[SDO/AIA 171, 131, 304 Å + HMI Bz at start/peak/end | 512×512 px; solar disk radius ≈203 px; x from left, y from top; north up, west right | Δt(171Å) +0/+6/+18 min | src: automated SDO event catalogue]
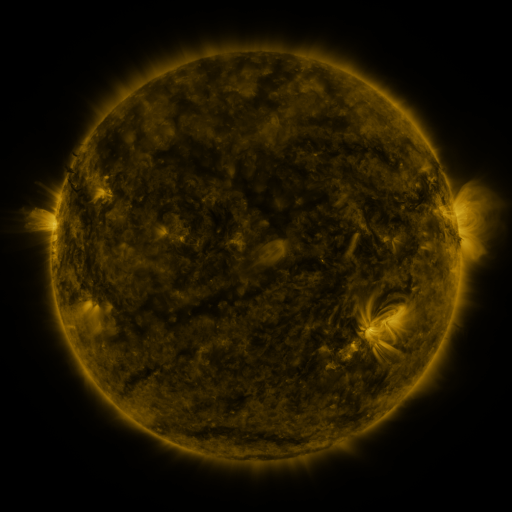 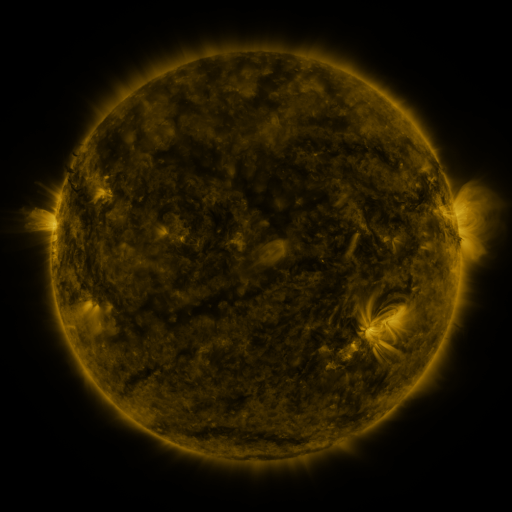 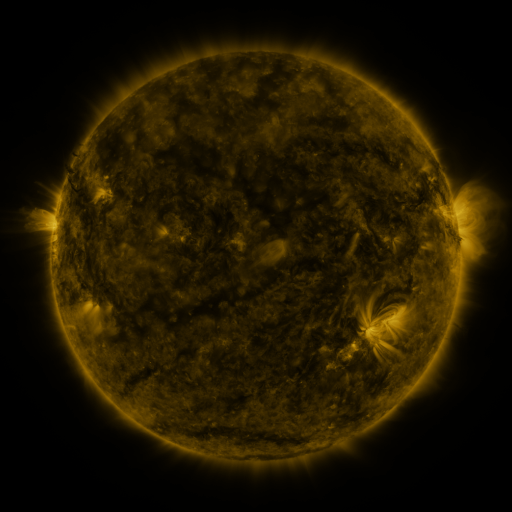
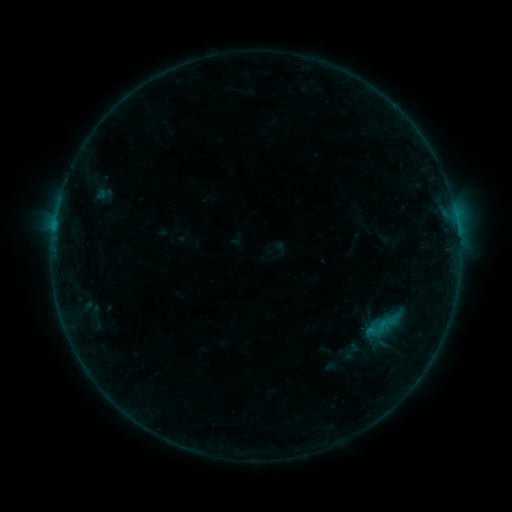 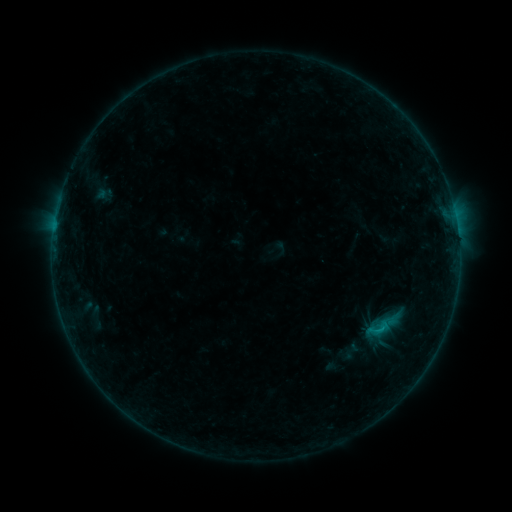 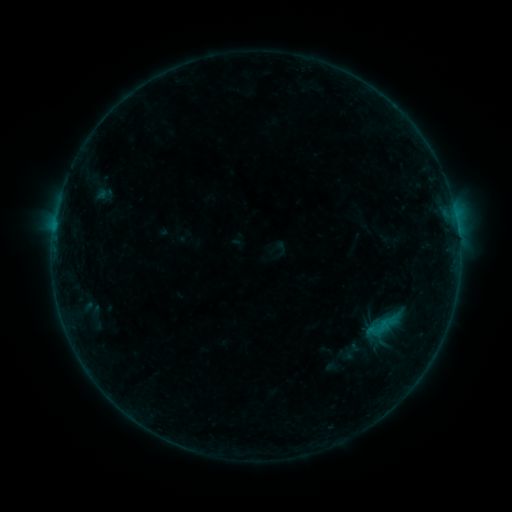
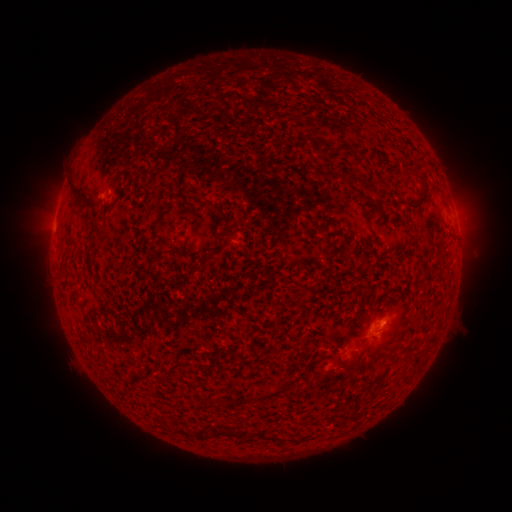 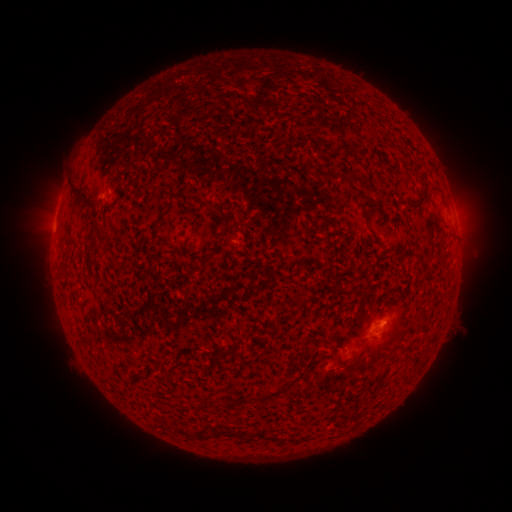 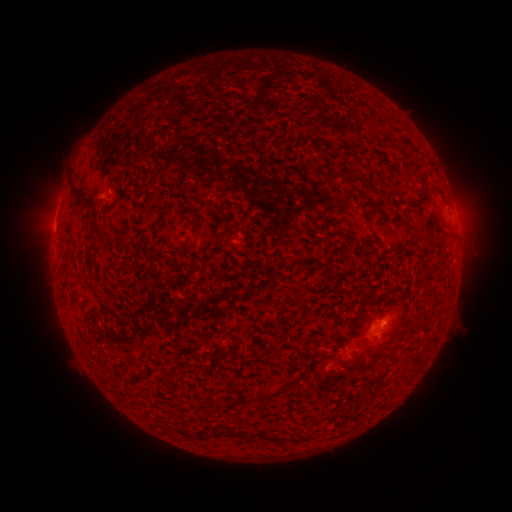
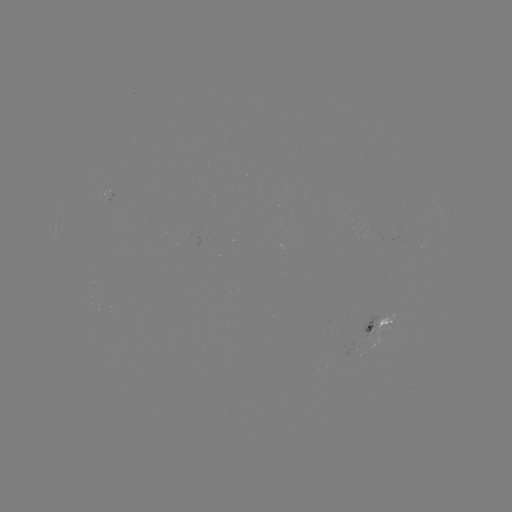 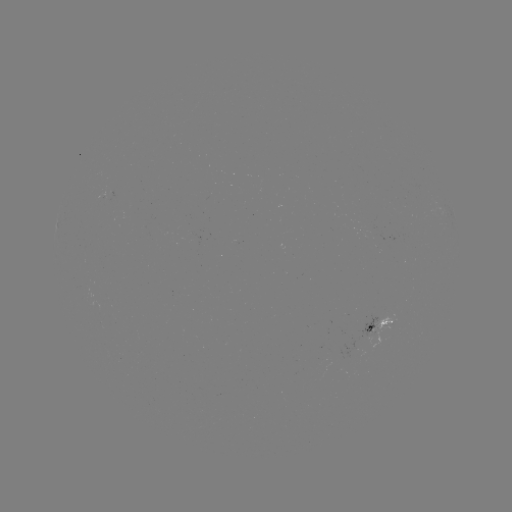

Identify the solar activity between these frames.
B3.4 flare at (379, 326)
